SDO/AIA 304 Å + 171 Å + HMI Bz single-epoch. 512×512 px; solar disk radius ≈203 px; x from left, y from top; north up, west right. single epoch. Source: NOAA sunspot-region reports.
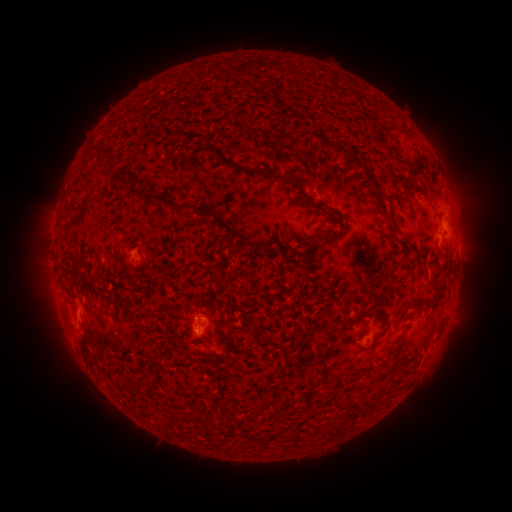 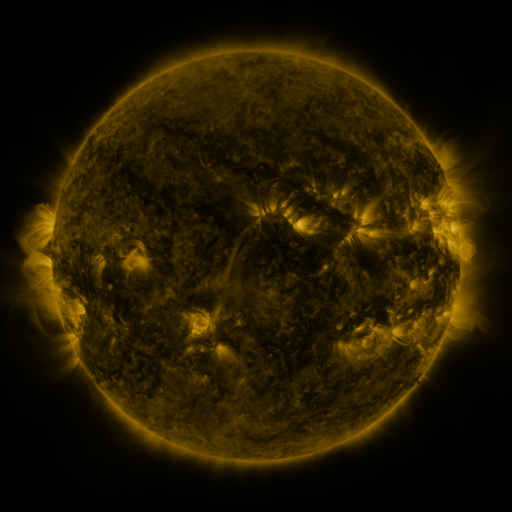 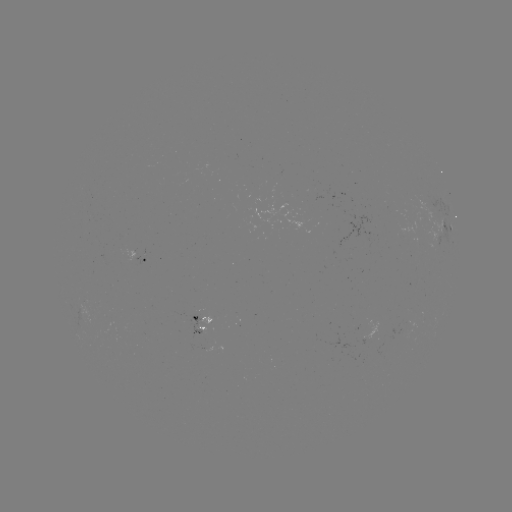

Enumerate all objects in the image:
spotted active region: (447, 227)
spotted active region: (142, 258)
spotted active region: (201, 323)
